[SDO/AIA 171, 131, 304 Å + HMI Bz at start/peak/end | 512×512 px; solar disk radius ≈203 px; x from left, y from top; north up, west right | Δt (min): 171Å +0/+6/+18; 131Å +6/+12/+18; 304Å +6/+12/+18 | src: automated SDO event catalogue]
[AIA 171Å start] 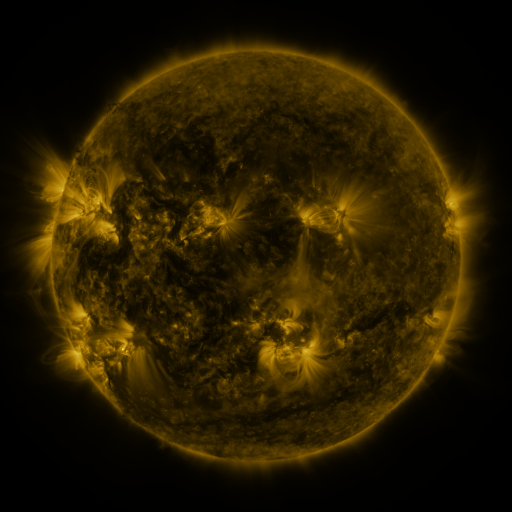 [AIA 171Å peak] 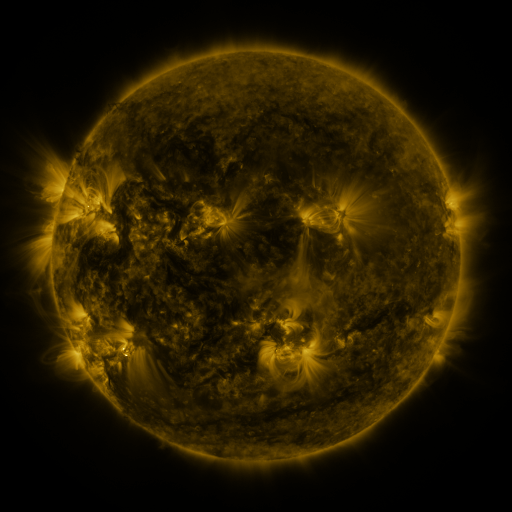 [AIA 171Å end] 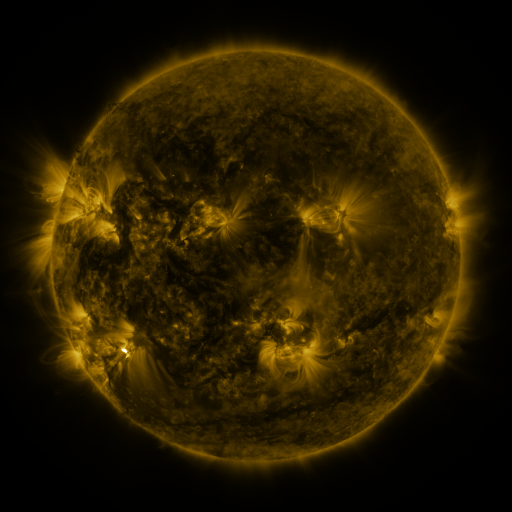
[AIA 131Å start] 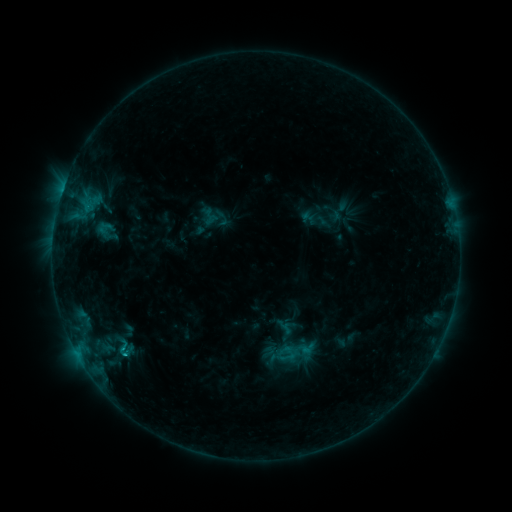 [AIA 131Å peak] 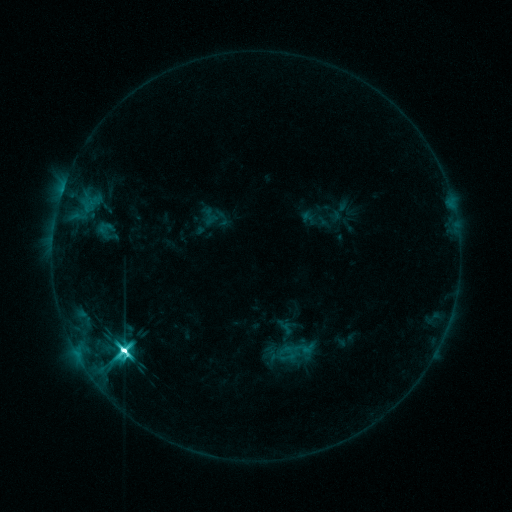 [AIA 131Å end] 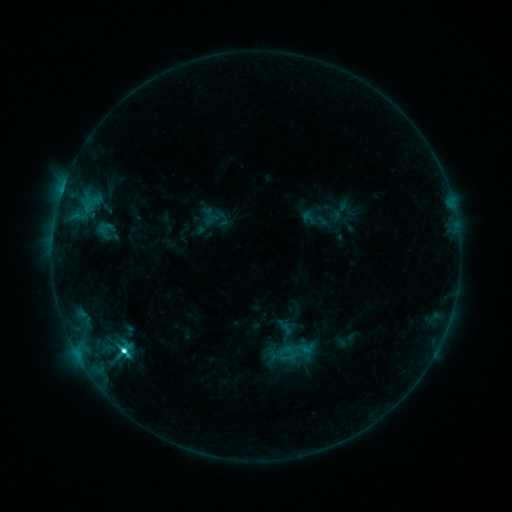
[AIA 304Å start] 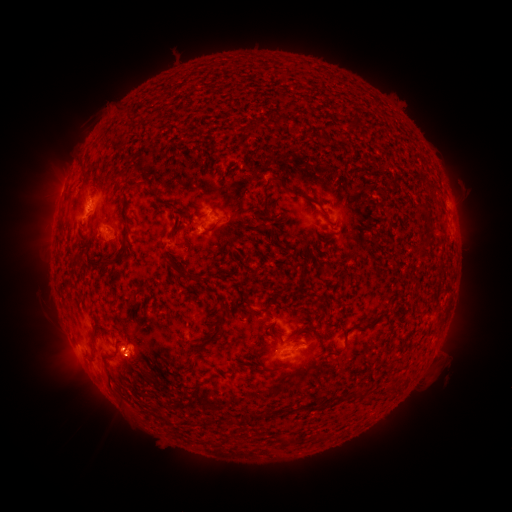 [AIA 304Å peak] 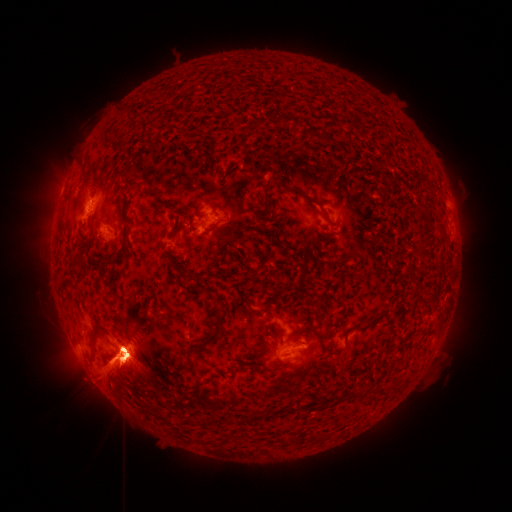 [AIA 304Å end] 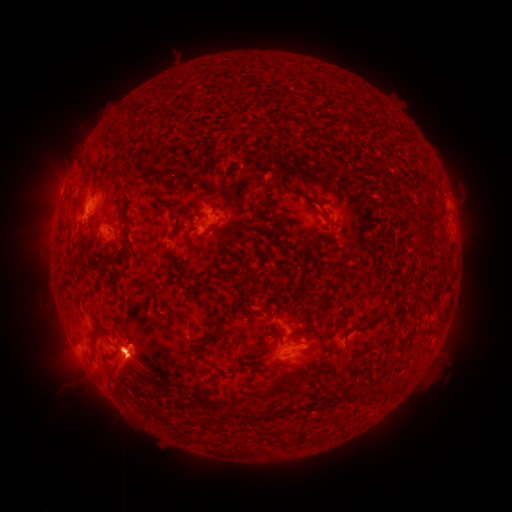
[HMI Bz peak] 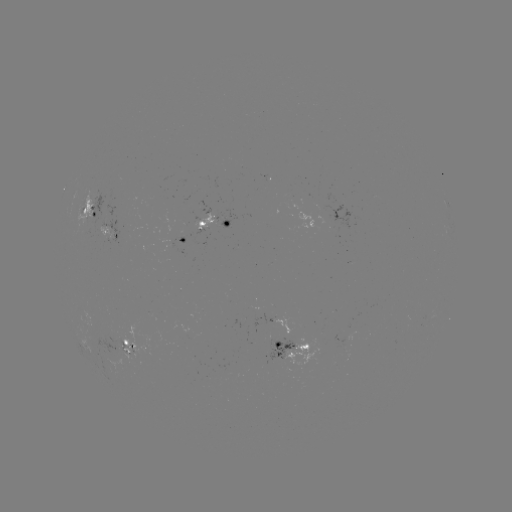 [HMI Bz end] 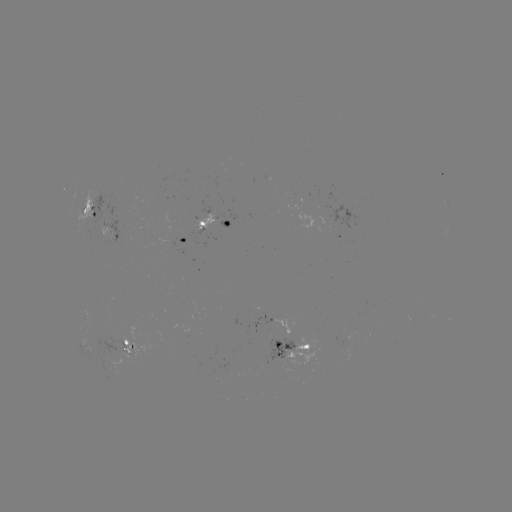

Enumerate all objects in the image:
M6.0 flare: (123, 348)
